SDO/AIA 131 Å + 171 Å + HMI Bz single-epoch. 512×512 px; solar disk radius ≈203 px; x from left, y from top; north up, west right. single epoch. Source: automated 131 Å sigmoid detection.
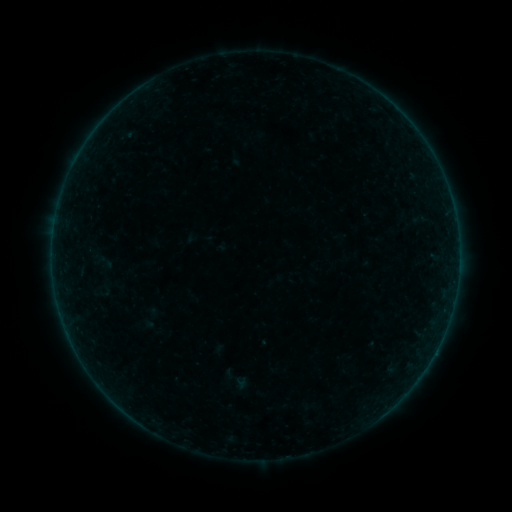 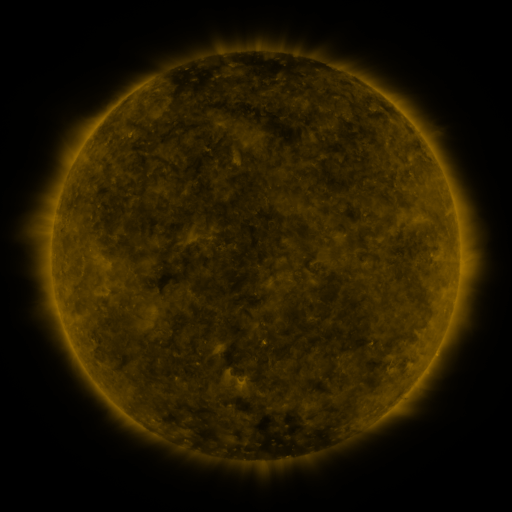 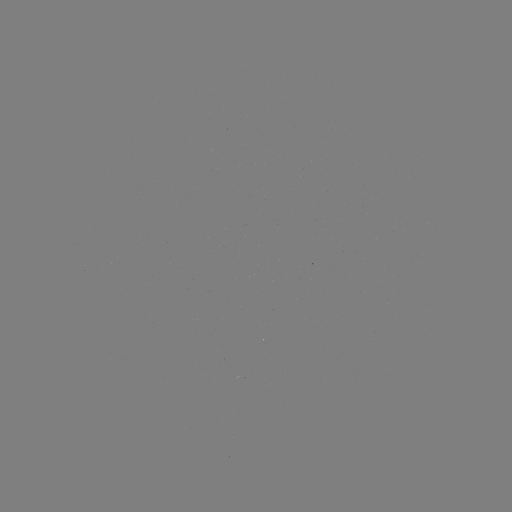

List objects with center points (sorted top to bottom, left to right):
sigmoid: (219, 365, 250, 391)
